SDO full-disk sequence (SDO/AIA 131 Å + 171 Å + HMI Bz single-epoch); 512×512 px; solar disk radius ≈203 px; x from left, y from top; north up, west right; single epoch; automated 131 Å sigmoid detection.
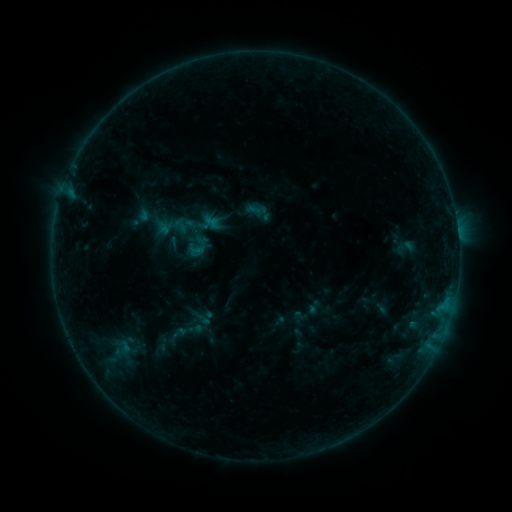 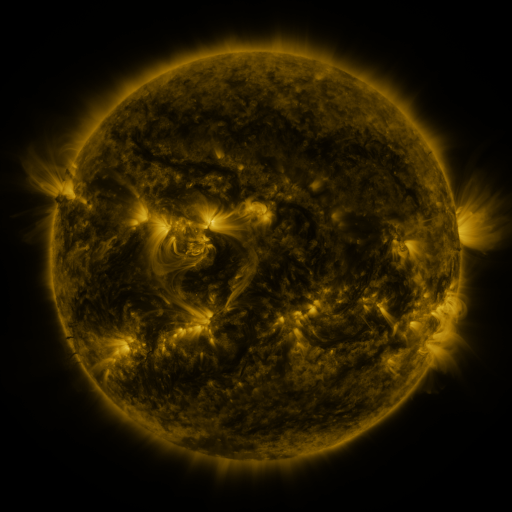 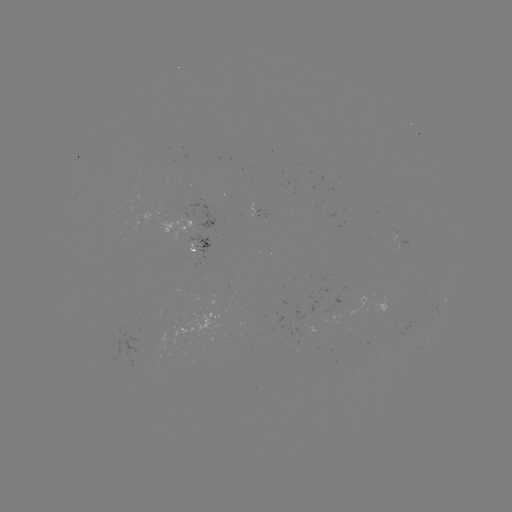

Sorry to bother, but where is sigmoid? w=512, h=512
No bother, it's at [196, 249].